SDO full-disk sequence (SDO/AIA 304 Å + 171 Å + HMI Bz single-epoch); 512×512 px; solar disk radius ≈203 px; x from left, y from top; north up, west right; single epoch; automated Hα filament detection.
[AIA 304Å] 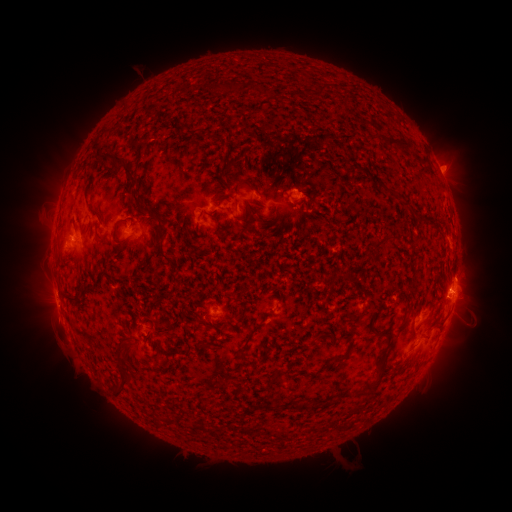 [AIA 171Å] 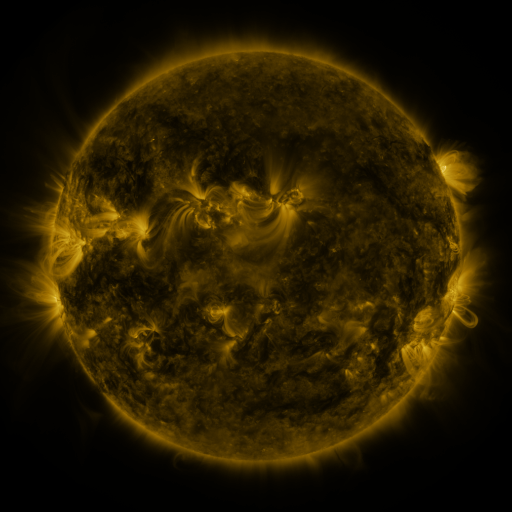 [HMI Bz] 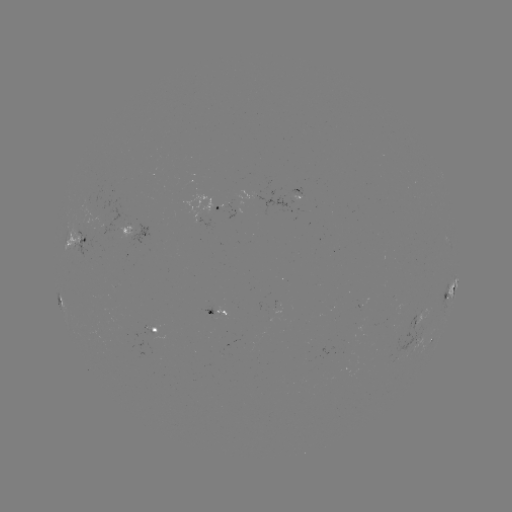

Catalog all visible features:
filament: <bbox>314, 82, 324, 96</bbox>
filament: <bbox>221, 84, 232, 94</bbox>
filament: <bbox>366, 131, 411, 150</bbox>
filament: <bbox>93, 154, 136, 189</bbox>
filament: <bbox>223, 159, 234, 174</bbox>
filament: <bbox>79, 174, 89, 185</bbox>
filament: <bbox>380, 184, 409, 206</bbox>
filament: <bbox>129, 195, 146, 214</bbox>
filament: <bbox>231, 198, 237, 208</bbox>
filament: <bbox>296, 198, 308, 211</bbox>
filament: <bbox>243, 203, 252, 217</bbox>
filament: <bbox>90, 210, 100, 220</bbox>
filament: <bbox>110, 220, 128, 245</bbox>
filament: <bbox>152, 223, 165, 250</bbox>
filament: <bbox>376, 234, 385, 244</bbox>
filament: <bbox>114, 242, 124, 252</bbox>
filament: <bbox>161, 253, 178, 270</bbox>
filament: <bbox>342, 267, 352, 279</bbox>
filament: <bbox>408, 271, 419, 289</bbox>
filament: <bbox>64, 288, 85, 305</bbox>
filament: <bbox>351, 303, 367, 318</bbox>
filament: <bbox>195, 309, 211, 328</bbox>
filament: <bbox>212, 318, 225, 338</bbox>
filament: <bbox>245, 323, 262, 344</bbox>
filament: <bbox>356, 326, 392, 397</bbox>
filament: <bbox>316, 330, 328, 340</bbox>
filament: <bbox>162, 351, 177, 365</bbox>
filament: <bbox>334, 352, 348, 362</bbox>
filament: <bbox>270, 370, 281, 385</bbox>
filament: <bbox>111, 372, 135, 399</bbox>
filament: <bbox>302, 399, 323, 413</bbox>
filament: <bbox>267, 402, 280, 411</bbox>
filament: <bbox>291, 402, 301, 410</bbox>
